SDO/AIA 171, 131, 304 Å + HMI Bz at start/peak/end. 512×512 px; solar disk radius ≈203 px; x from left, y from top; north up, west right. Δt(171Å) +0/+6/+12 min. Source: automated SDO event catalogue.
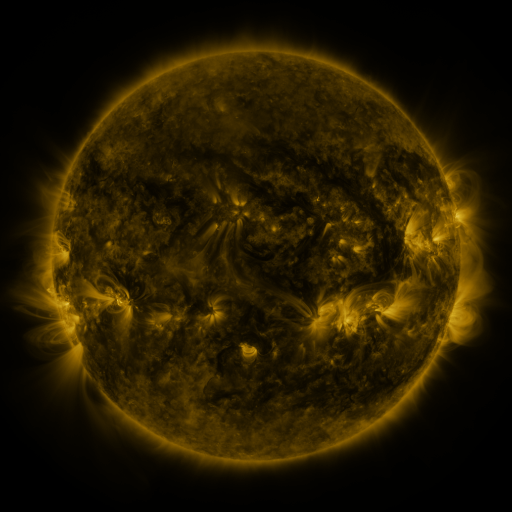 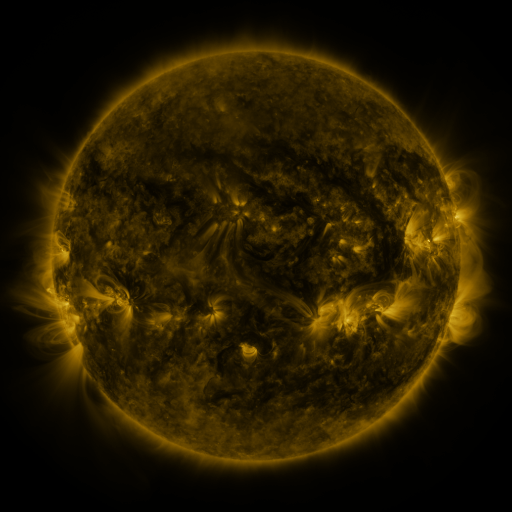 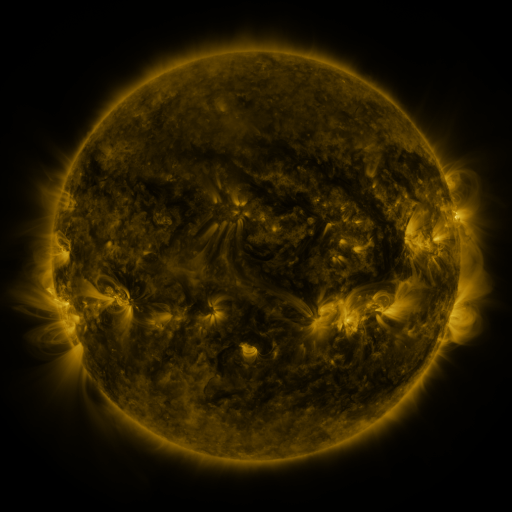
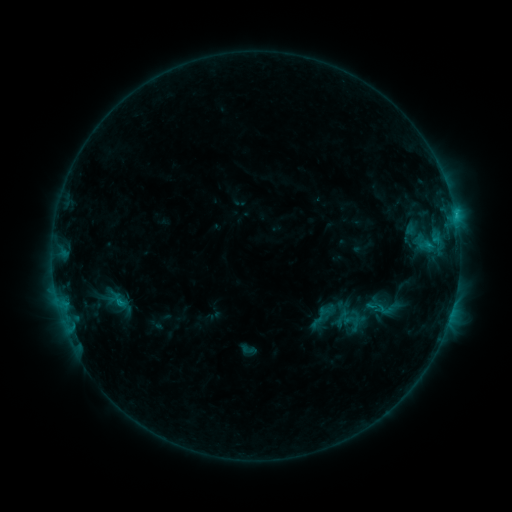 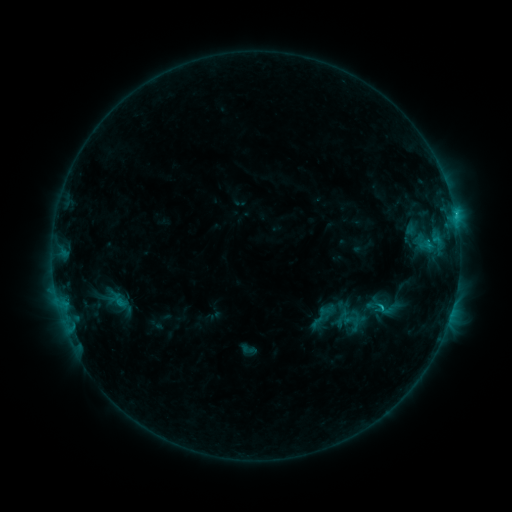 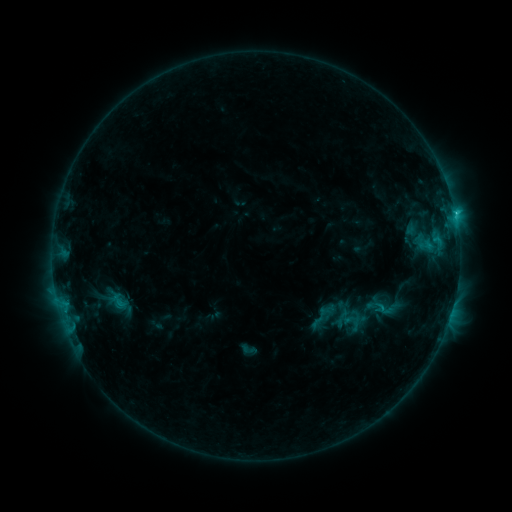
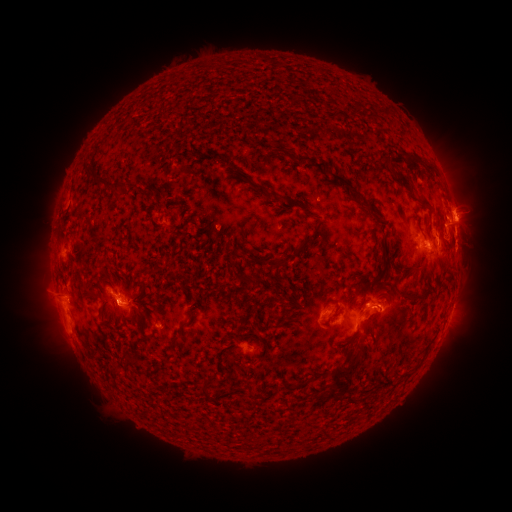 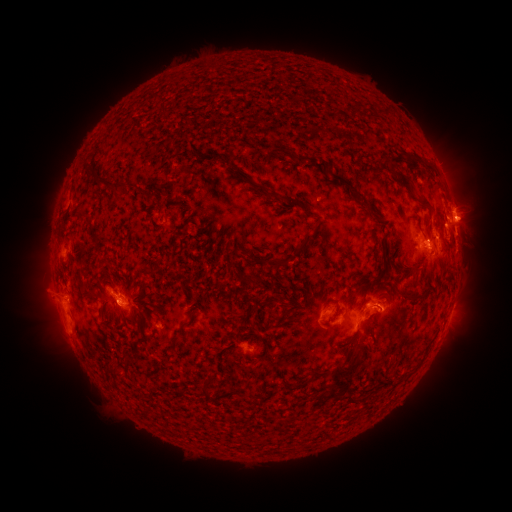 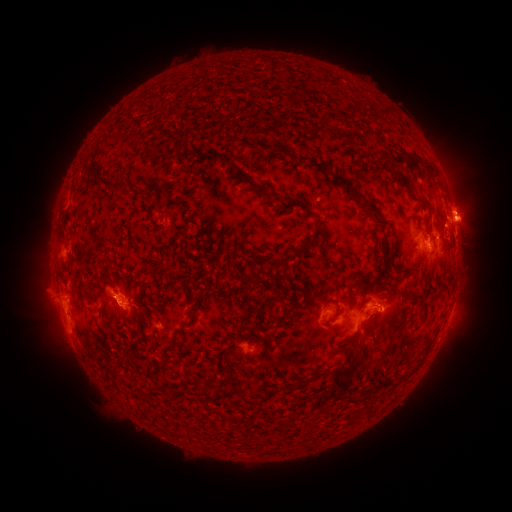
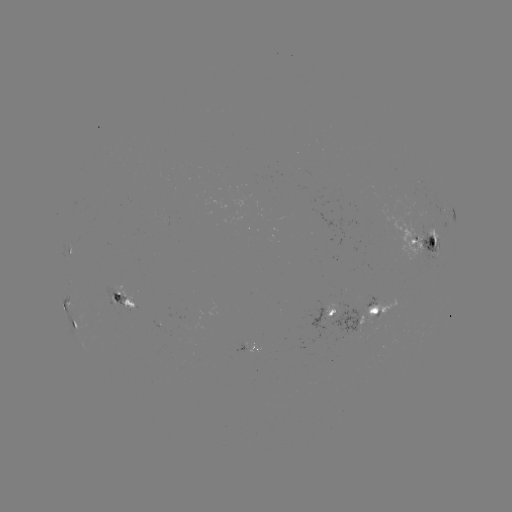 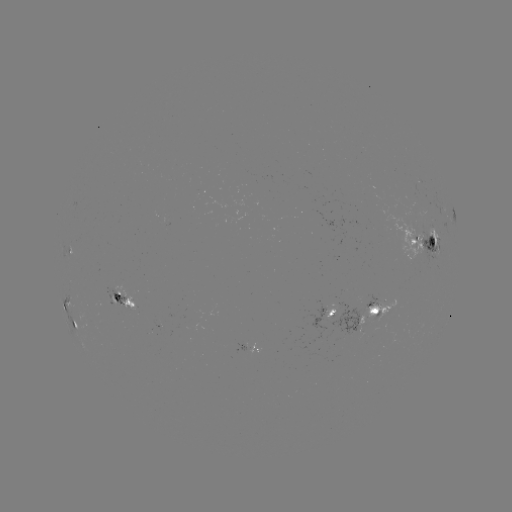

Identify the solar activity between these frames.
eruption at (474, 214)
